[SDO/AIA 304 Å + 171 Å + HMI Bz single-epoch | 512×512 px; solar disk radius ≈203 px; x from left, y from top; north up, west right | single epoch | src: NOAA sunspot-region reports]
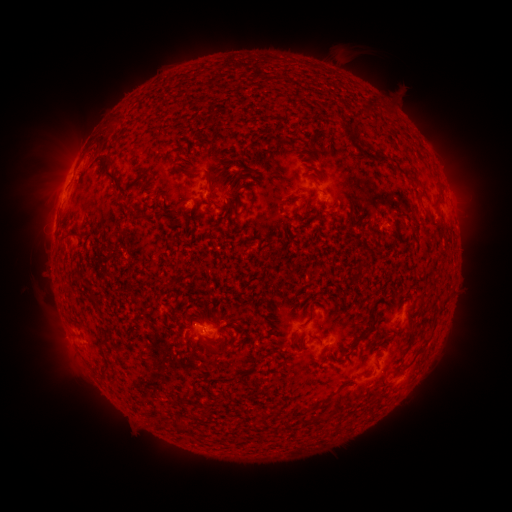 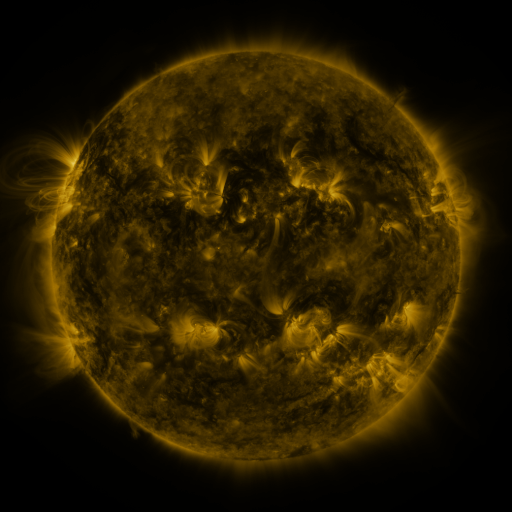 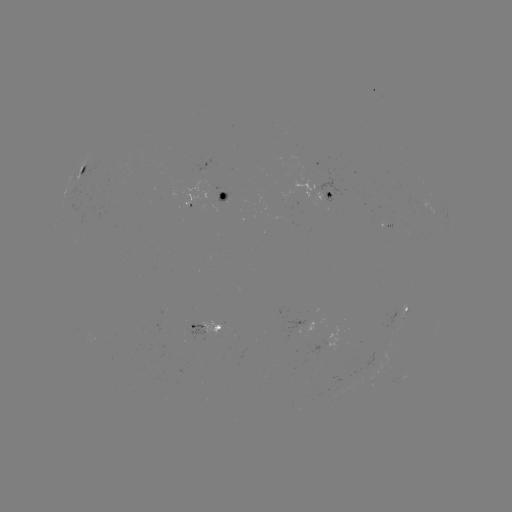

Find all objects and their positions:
spotted active region: (81, 173)
spotted active region: (332, 195)
spotted active region: (223, 196)
spotted active region: (409, 308)
spotted active region: (211, 329)
spotted active region: (411, 373)
